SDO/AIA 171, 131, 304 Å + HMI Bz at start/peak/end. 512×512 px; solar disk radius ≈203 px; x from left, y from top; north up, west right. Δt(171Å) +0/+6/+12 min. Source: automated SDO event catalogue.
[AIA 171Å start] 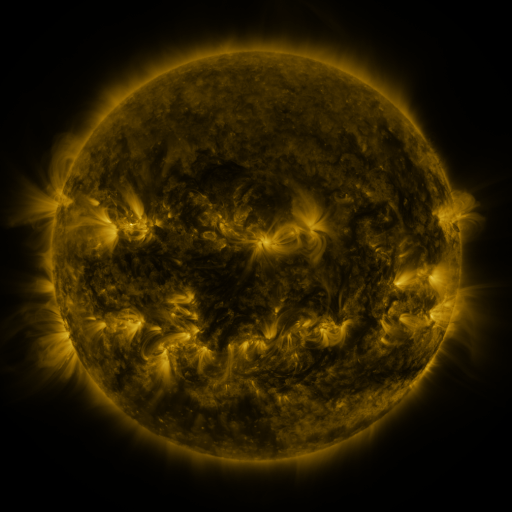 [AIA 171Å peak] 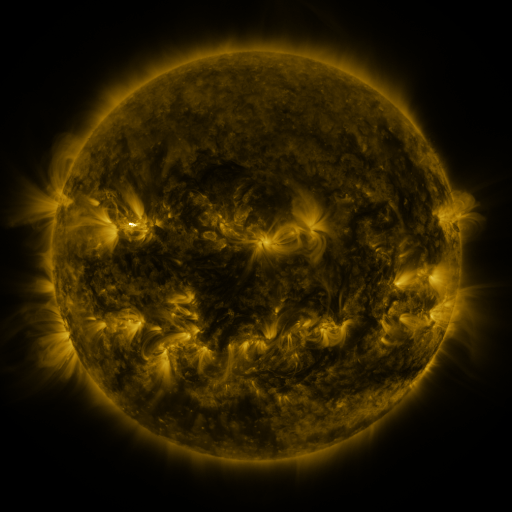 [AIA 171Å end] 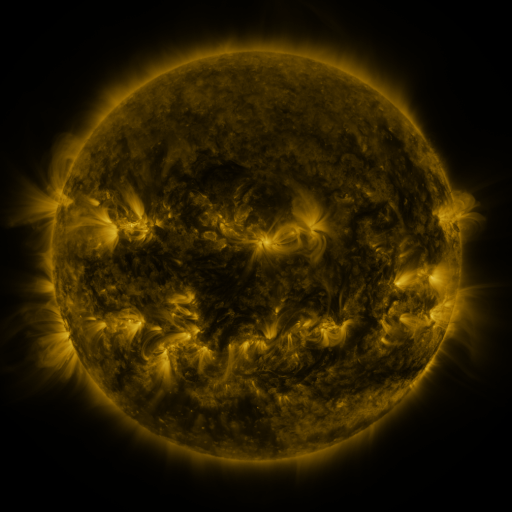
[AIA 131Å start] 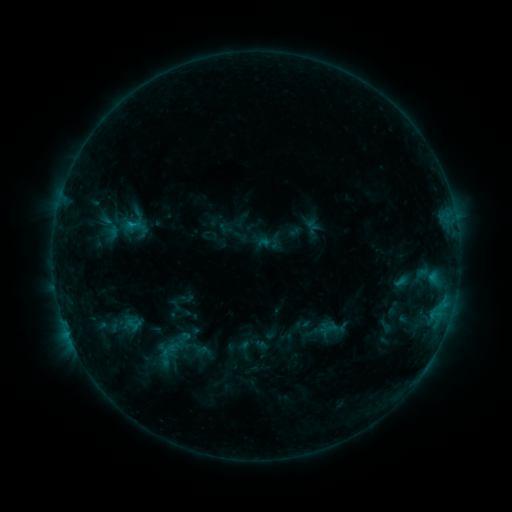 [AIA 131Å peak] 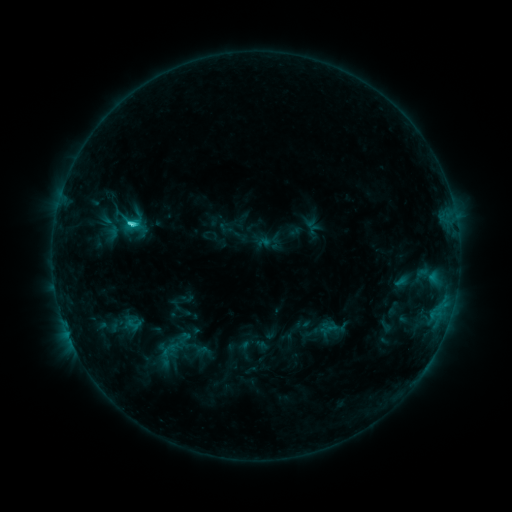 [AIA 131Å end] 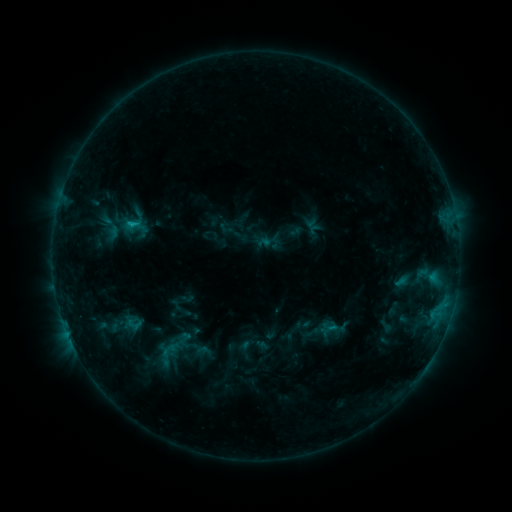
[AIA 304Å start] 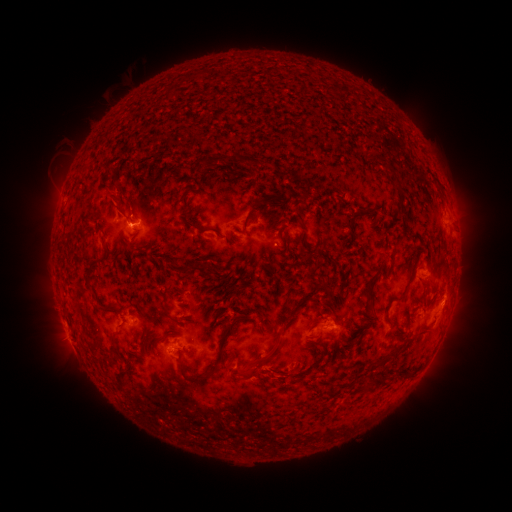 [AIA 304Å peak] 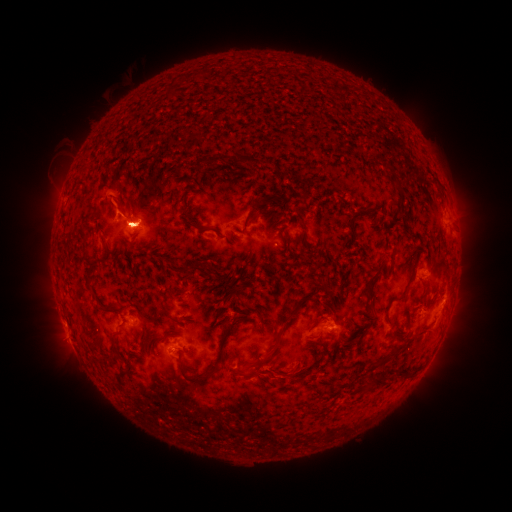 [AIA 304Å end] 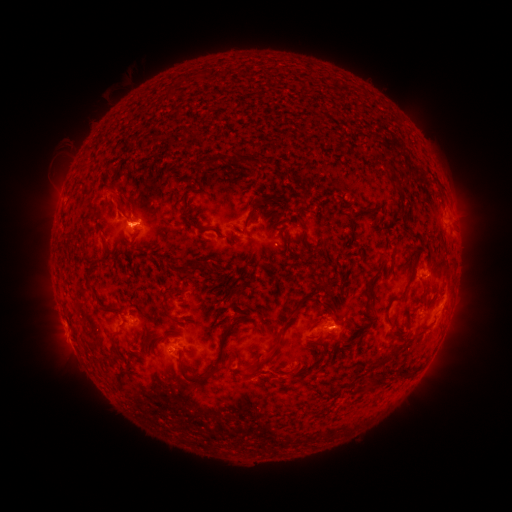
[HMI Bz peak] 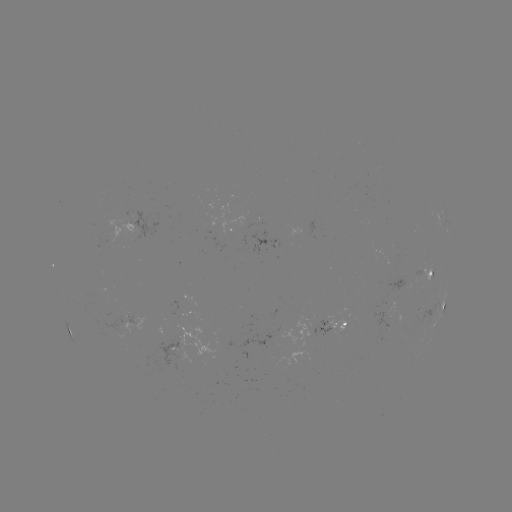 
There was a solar flare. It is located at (130, 227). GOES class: C1.6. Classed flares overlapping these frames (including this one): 1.